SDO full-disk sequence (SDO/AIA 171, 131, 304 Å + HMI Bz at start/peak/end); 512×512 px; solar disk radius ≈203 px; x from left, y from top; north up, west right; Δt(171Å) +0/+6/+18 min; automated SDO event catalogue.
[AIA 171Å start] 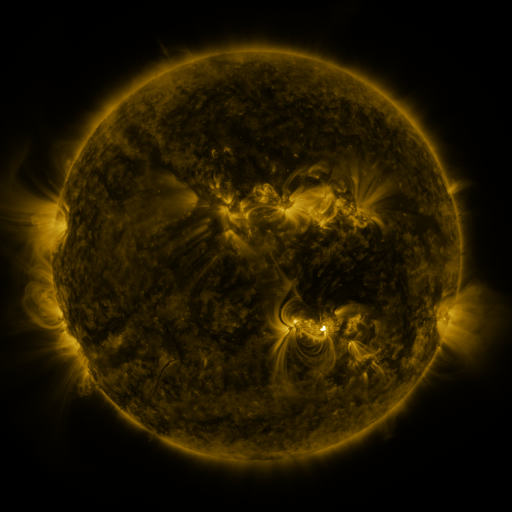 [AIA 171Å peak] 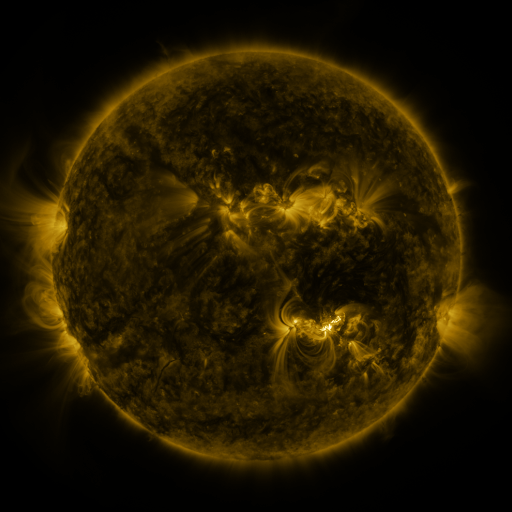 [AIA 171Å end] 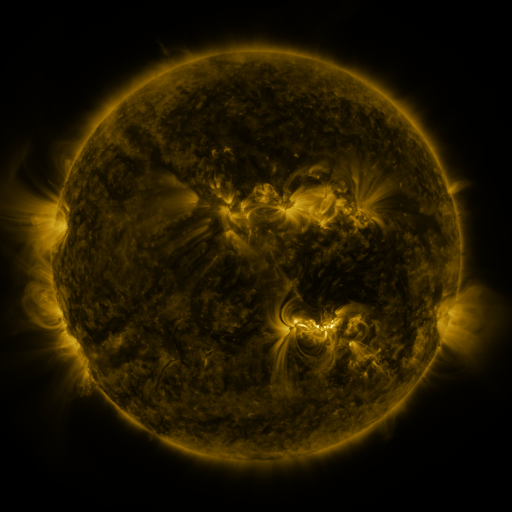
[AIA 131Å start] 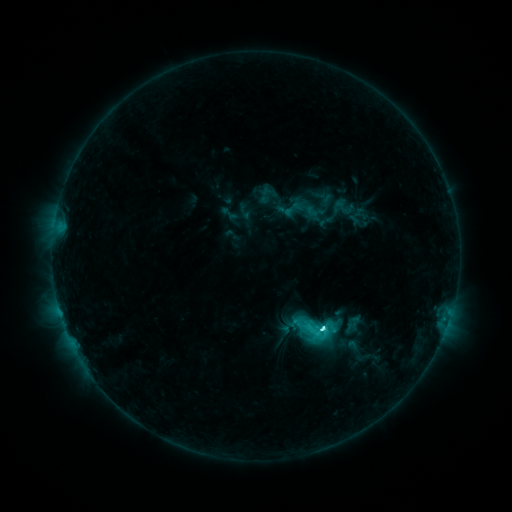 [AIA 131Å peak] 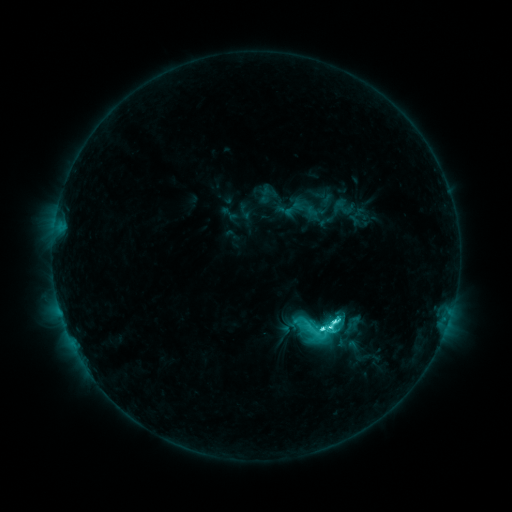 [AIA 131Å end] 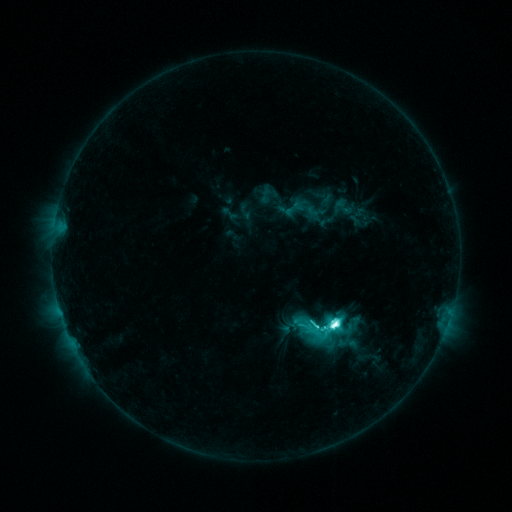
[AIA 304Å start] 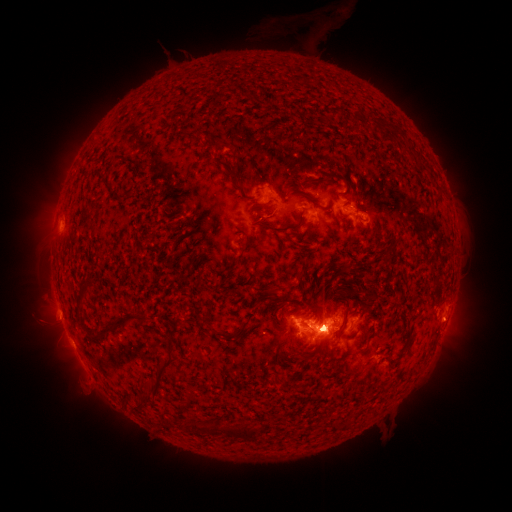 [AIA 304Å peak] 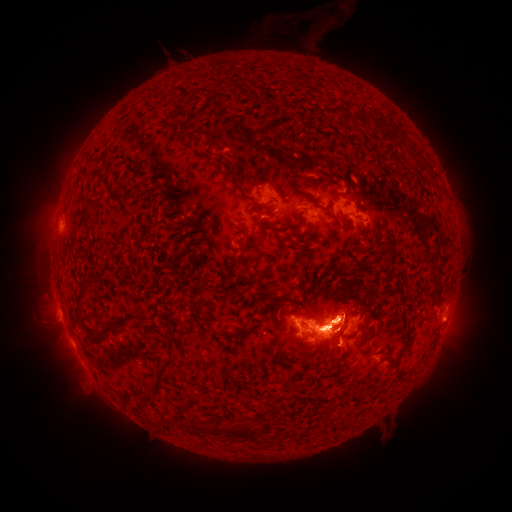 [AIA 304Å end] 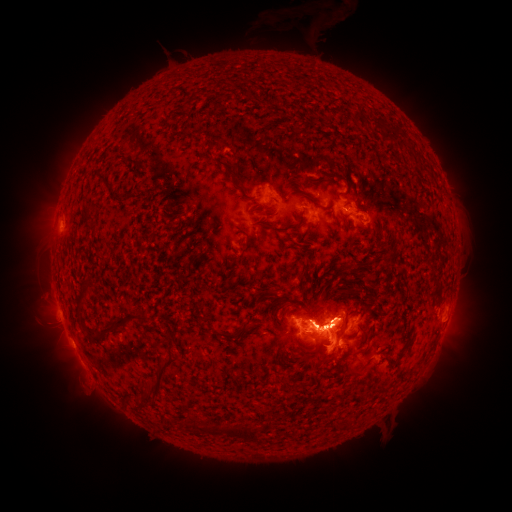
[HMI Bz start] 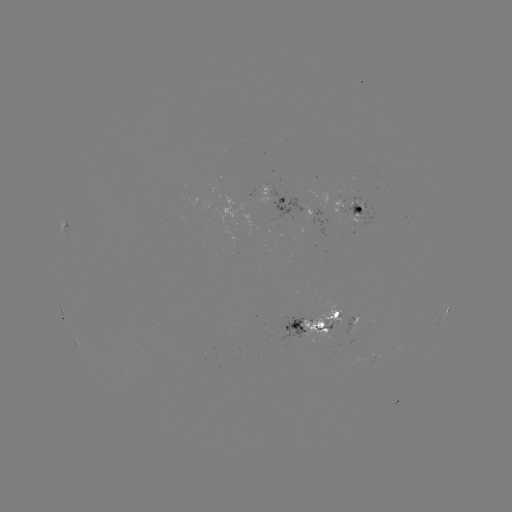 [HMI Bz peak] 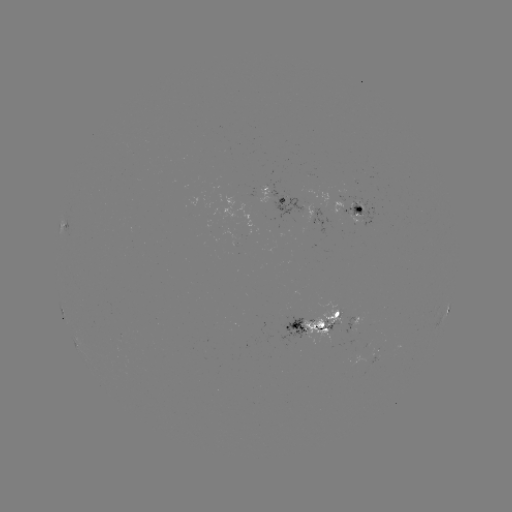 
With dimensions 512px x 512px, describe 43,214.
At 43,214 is eruption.